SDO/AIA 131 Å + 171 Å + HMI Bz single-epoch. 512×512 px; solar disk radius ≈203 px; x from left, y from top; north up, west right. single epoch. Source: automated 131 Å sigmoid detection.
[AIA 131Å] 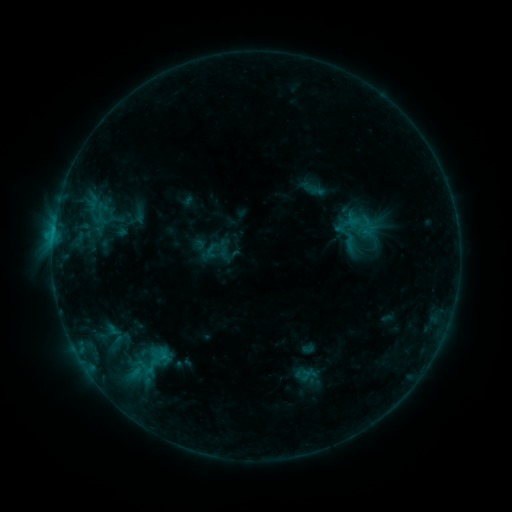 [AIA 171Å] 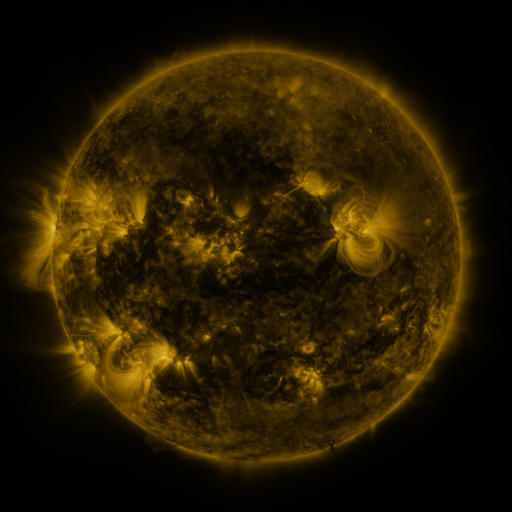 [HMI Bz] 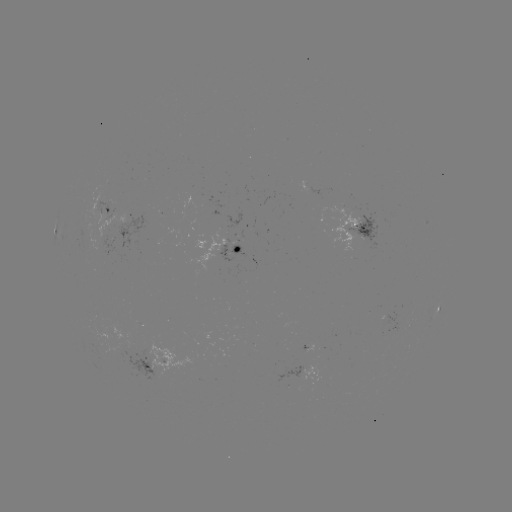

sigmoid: [86, 198, 113, 230]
